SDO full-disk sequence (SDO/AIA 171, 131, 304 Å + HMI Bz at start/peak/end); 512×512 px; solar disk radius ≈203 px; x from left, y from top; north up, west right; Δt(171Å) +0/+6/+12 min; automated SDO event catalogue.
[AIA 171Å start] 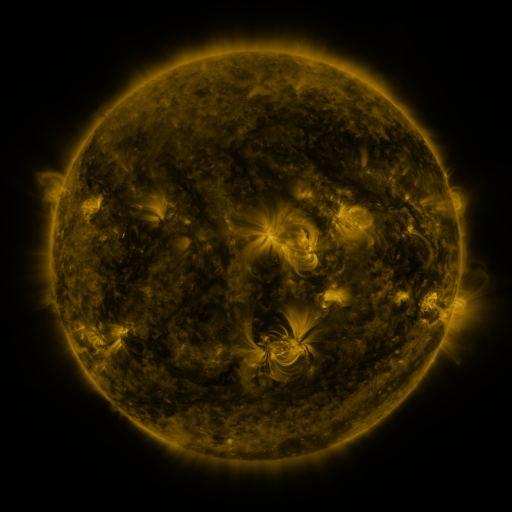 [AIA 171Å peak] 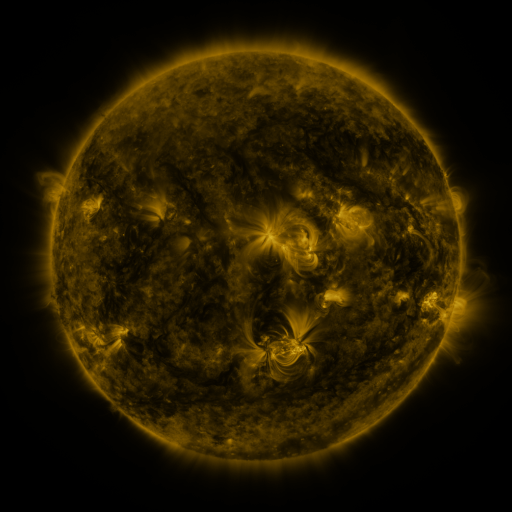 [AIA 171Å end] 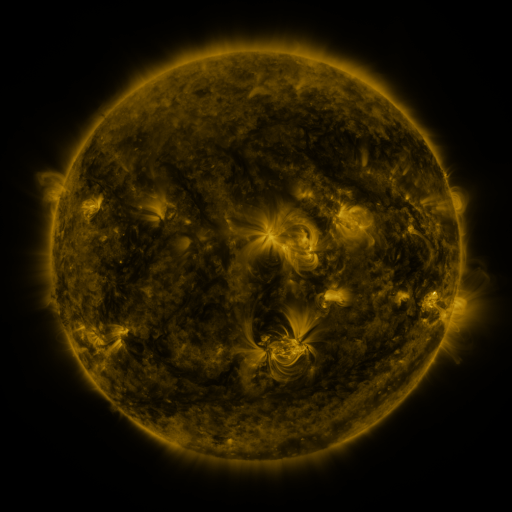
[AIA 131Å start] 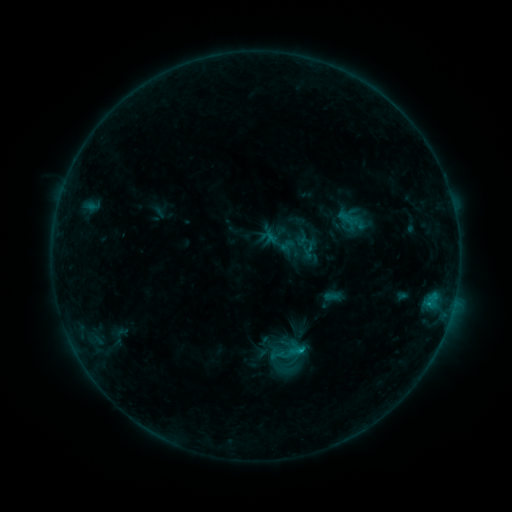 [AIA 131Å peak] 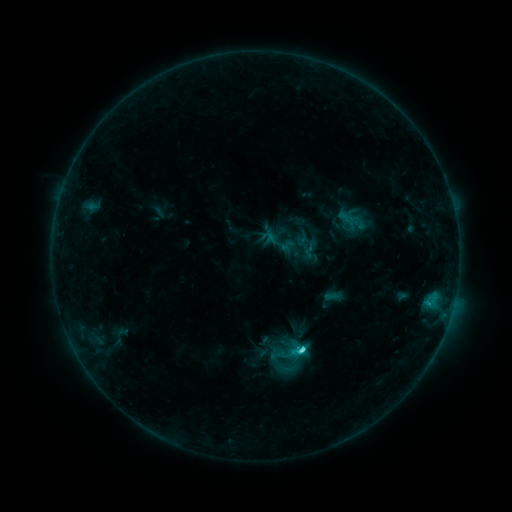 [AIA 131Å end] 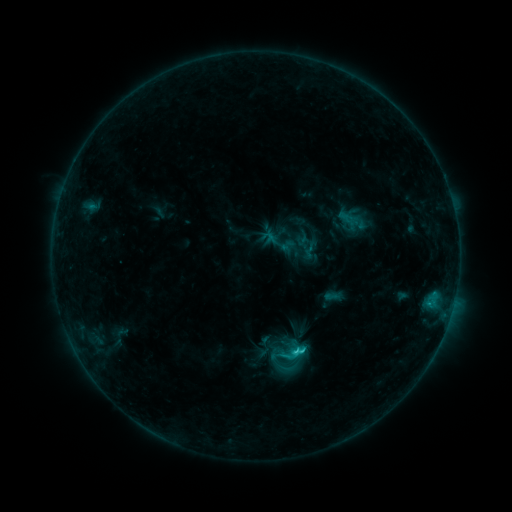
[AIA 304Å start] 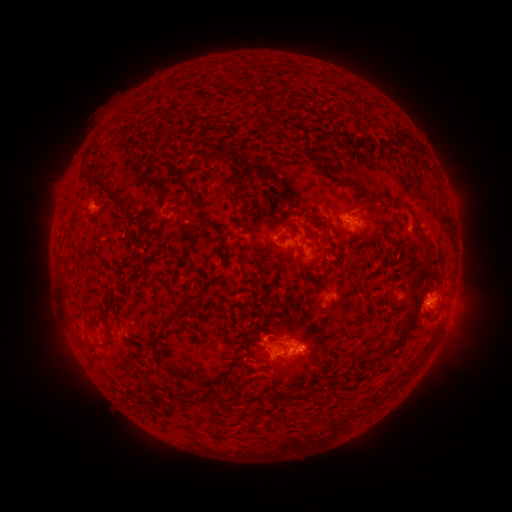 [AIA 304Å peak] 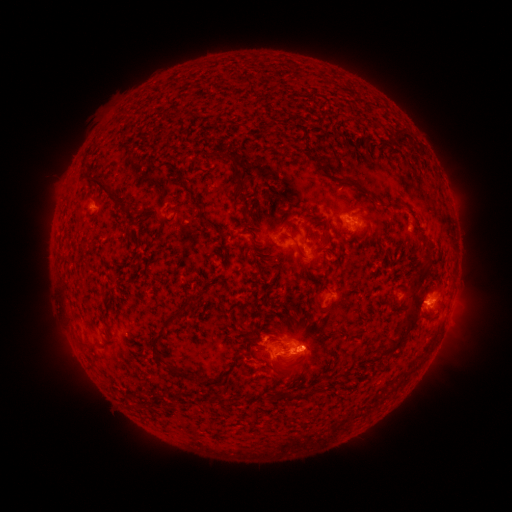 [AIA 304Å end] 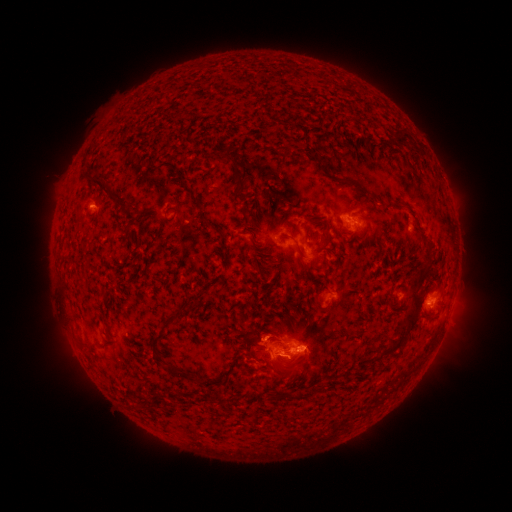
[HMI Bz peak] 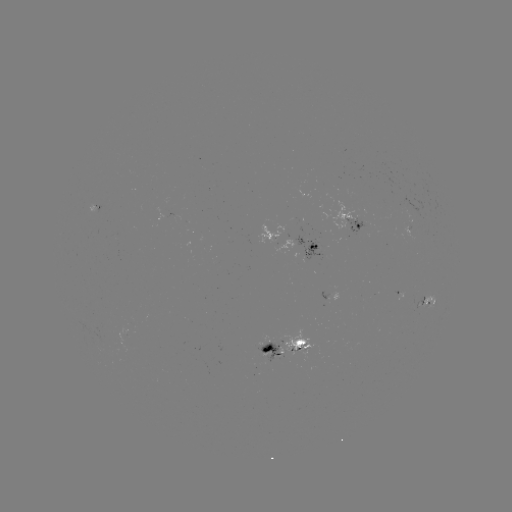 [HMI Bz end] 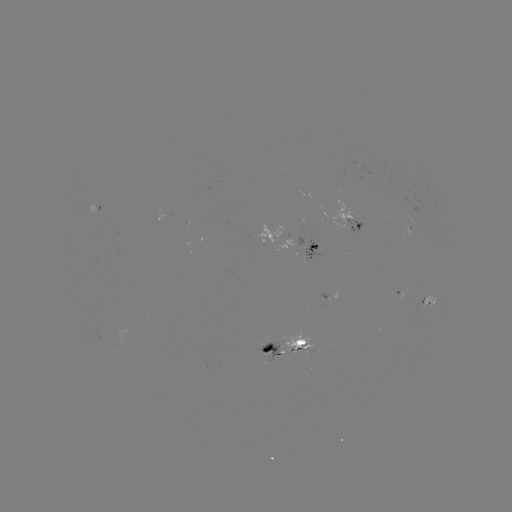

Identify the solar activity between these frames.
C2.4 flare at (299, 347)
